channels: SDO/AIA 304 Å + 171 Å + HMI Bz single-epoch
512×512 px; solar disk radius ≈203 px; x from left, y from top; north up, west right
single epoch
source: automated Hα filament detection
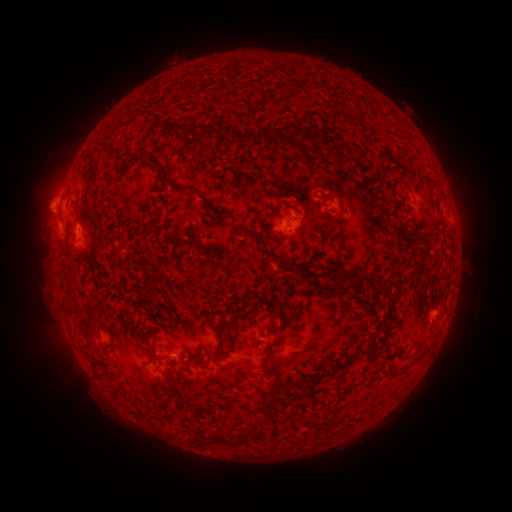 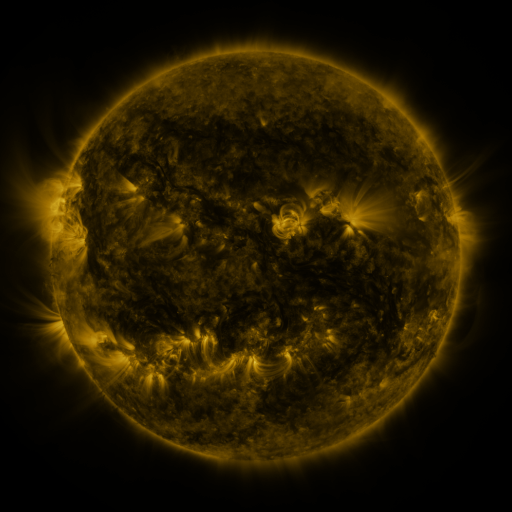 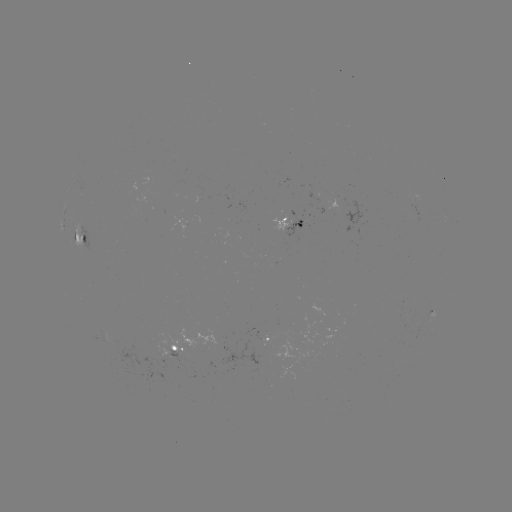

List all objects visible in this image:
filament: (170, 123, 200, 135)
filament: (204, 127, 294, 146)
filament: (100, 144, 112, 153)
filament: (136, 149, 189, 193)
filament: (87, 156, 99, 185)
filament: (117, 162, 125, 171)
filament: (420, 180, 431, 197)
filament: (325, 188, 343, 206)
filament: (83, 202, 90, 213)
filament: (209, 210, 223, 222)
filament: (91, 217, 99, 228)
filament: (237, 223, 294, 270)
filament: (93, 241, 100, 252)
filament: (334, 267, 376, 282)
filament: (349, 278, 359, 288)
filament: (376, 281, 391, 292)
filament: (146, 282, 155, 290)
filament: (66, 289, 77, 300)
filament: (241, 290, 282, 320)
filament: (65, 307, 74, 318)
filament: (265, 327, 276, 336)
filament: (265, 346, 273, 364)
filament: (347, 346, 376, 364)
filament: (267, 368, 279, 376)
filament: (269, 381, 277, 396)
filament: (264, 409, 277, 420)
filament: (251, 423, 270, 438)
filament: (238, 429, 250, 444)
filament: (210, 432, 233, 445)
filament: (191, 433, 211, 445)
